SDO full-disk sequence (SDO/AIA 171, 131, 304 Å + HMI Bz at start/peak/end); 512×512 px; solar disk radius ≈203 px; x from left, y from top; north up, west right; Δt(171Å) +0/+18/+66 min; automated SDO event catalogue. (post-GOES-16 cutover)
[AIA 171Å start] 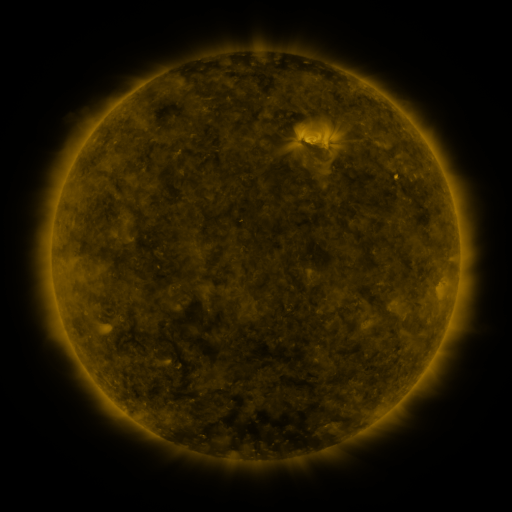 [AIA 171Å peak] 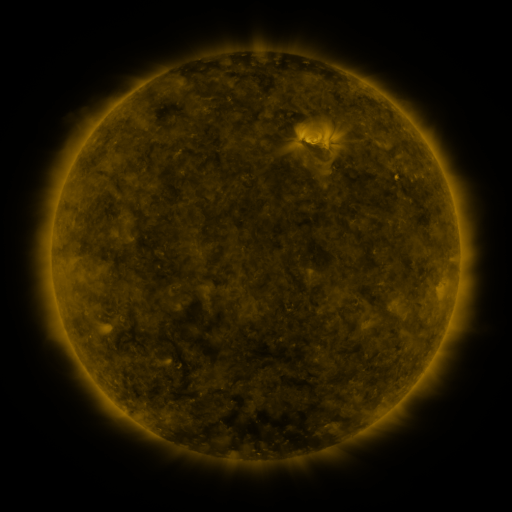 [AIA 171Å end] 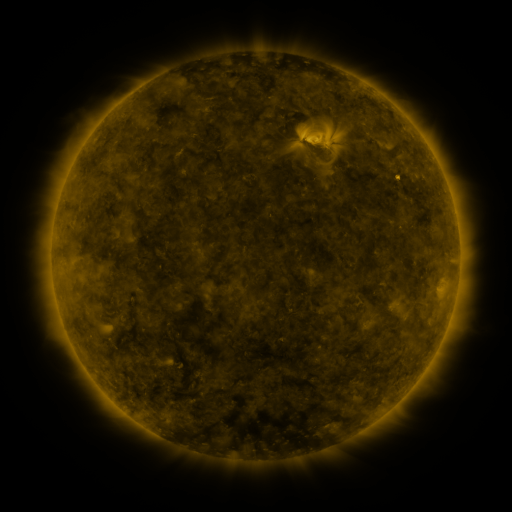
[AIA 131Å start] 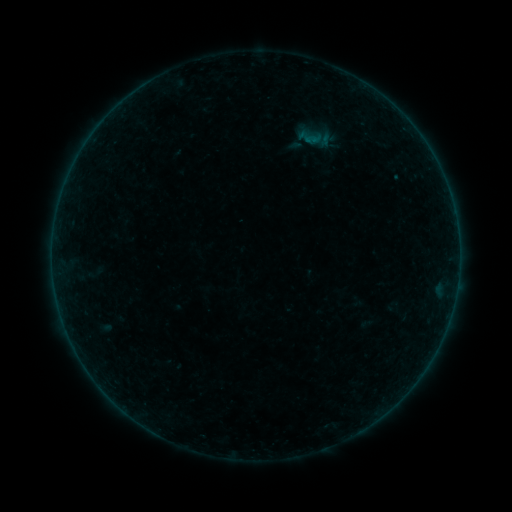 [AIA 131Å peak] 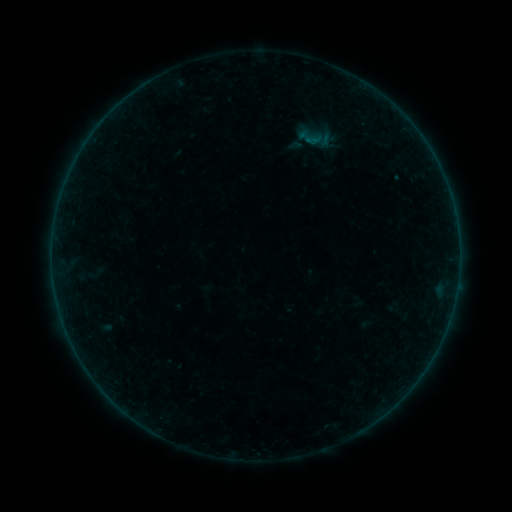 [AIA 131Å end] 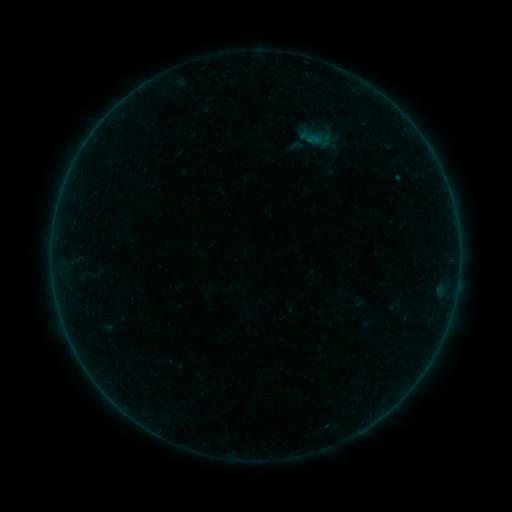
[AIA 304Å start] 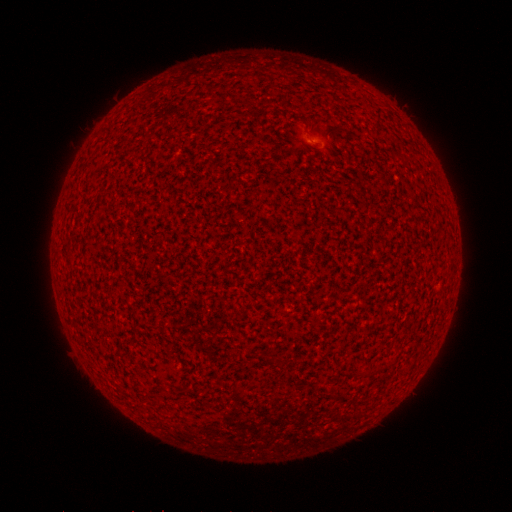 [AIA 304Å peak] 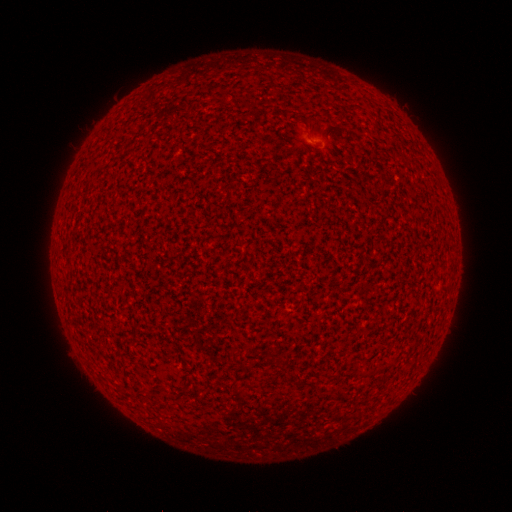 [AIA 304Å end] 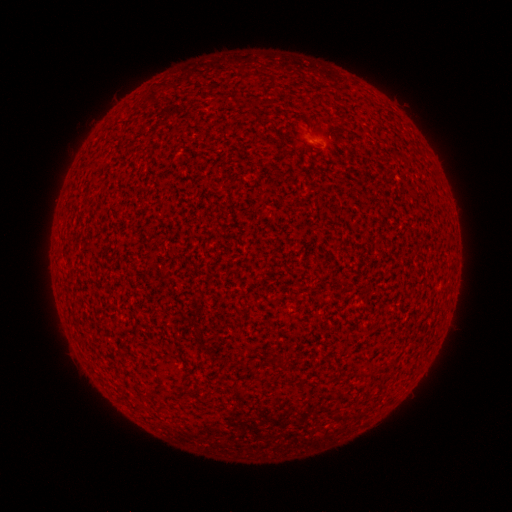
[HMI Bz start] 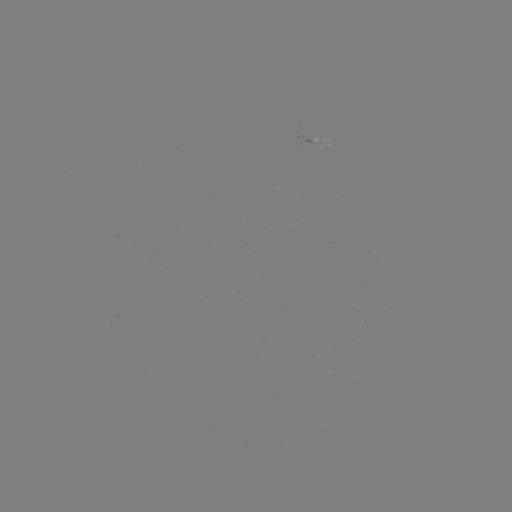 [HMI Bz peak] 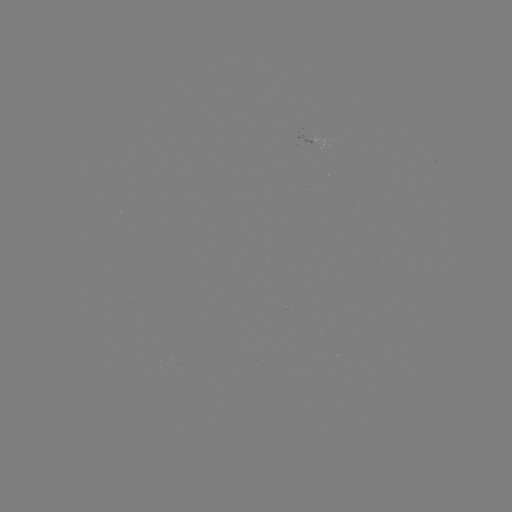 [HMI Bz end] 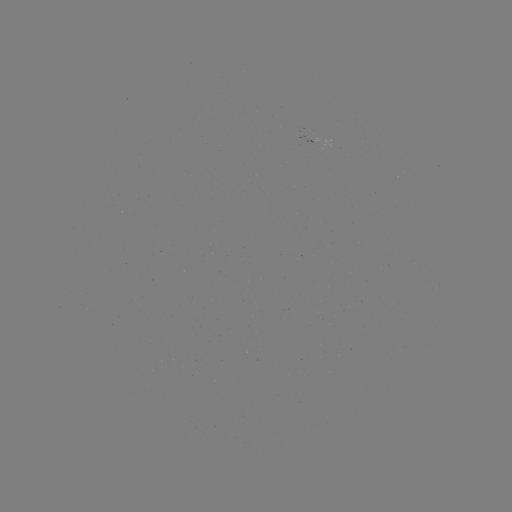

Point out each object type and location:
A2.2 flare: (316, 139)
